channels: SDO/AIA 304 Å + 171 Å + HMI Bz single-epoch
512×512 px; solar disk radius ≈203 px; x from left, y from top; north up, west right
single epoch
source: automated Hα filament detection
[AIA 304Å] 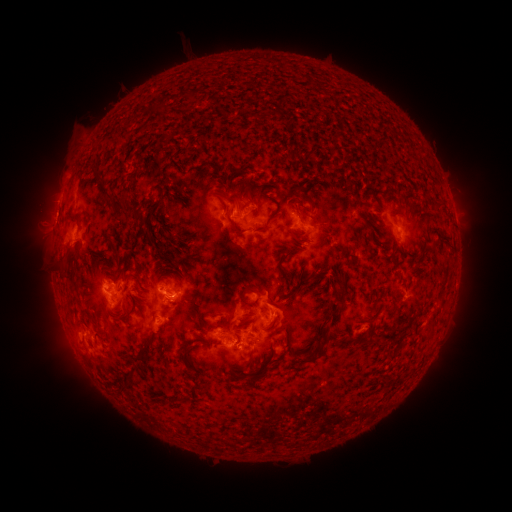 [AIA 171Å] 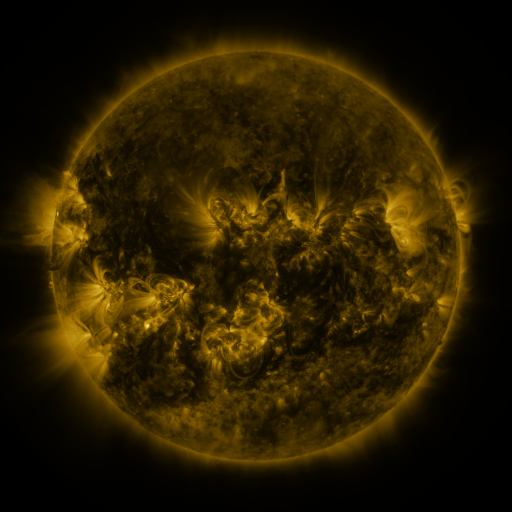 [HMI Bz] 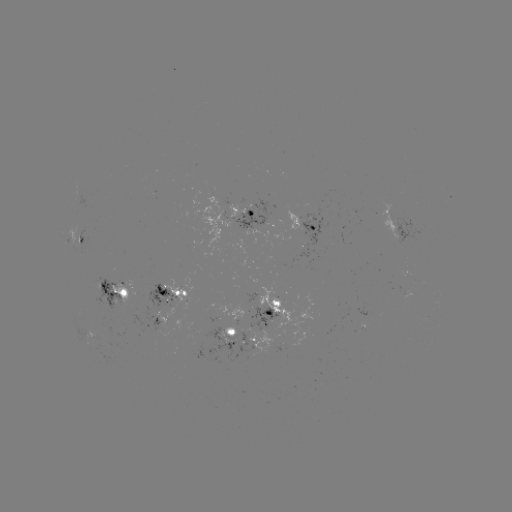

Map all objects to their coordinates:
filament: (193, 97)
filament: (160, 109)
filament: (118, 143)
filament: (294, 153)
filament: (233, 200)
filament: (118, 204)
filament: (146, 215)
filament: (73, 216)
filament: (273, 216)
filament: (299, 216)
filament: (233, 225)
filament: (285, 257)
filament: (315, 275)
filament: (245, 289)
filament: (141, 295)
filament: (335, 315)
filament: (92, 318)
filament: (274, 320)
filament: (140, 354)
filament: (183, 357)
filament: (249, 358)
filament: (308, 359)
filament: (262, 372)
filament: (121, 386)
